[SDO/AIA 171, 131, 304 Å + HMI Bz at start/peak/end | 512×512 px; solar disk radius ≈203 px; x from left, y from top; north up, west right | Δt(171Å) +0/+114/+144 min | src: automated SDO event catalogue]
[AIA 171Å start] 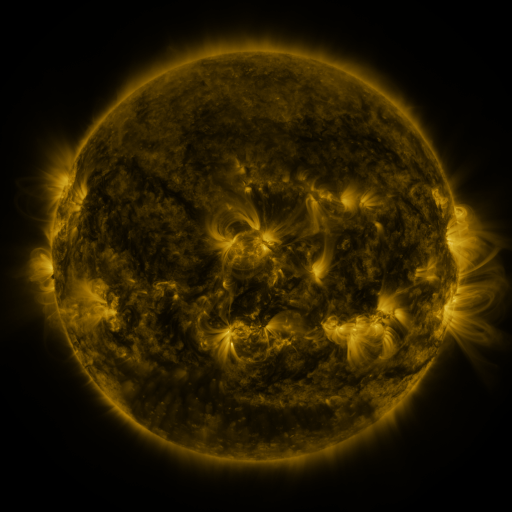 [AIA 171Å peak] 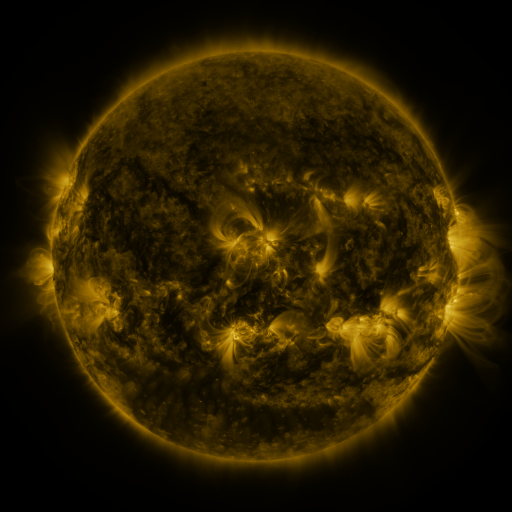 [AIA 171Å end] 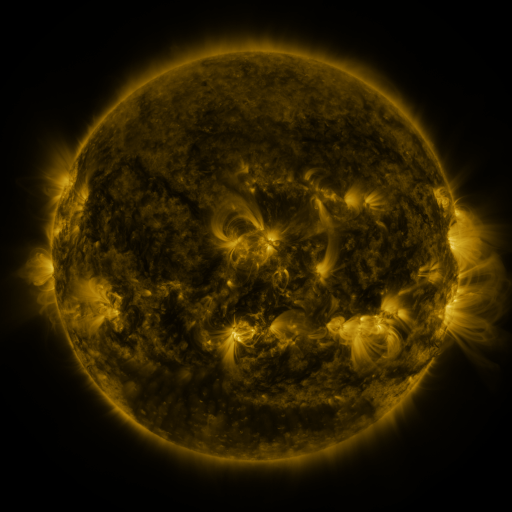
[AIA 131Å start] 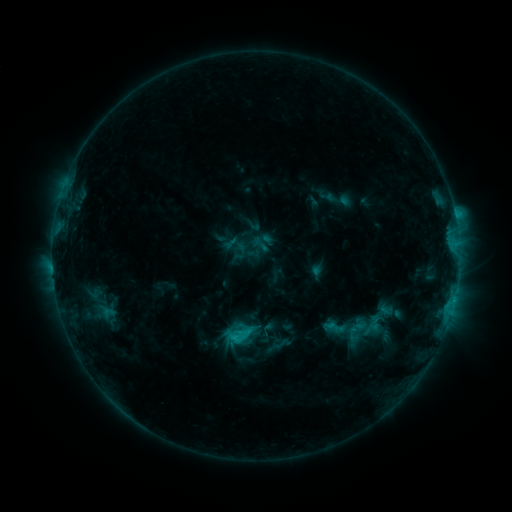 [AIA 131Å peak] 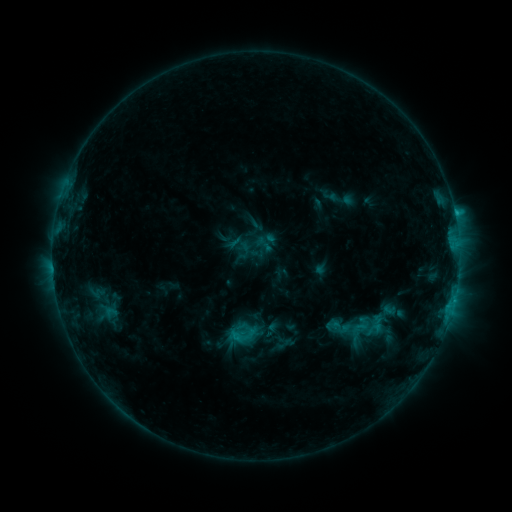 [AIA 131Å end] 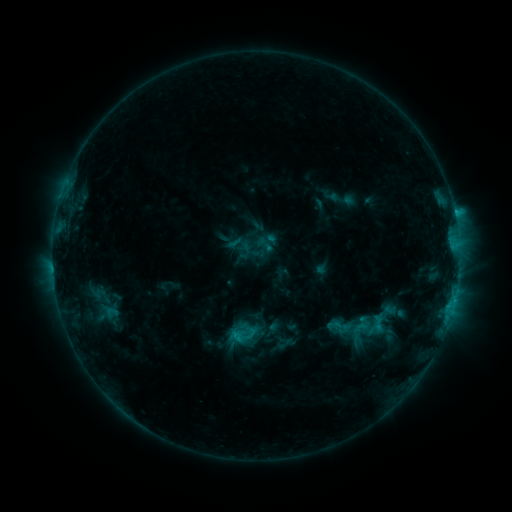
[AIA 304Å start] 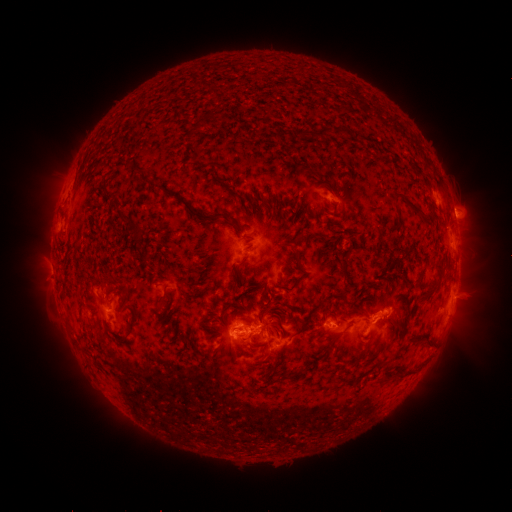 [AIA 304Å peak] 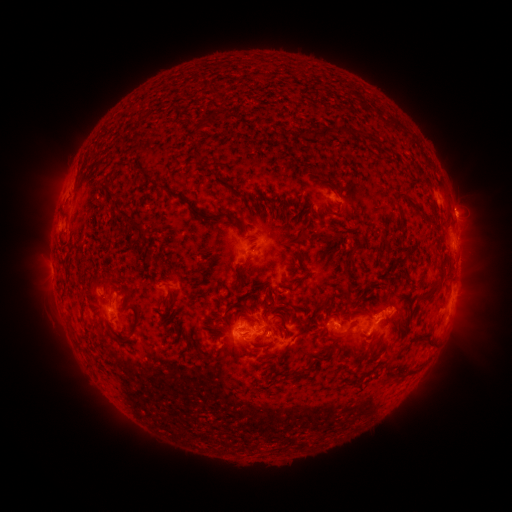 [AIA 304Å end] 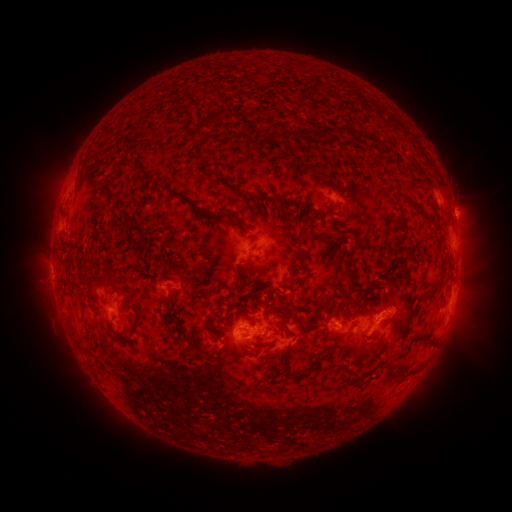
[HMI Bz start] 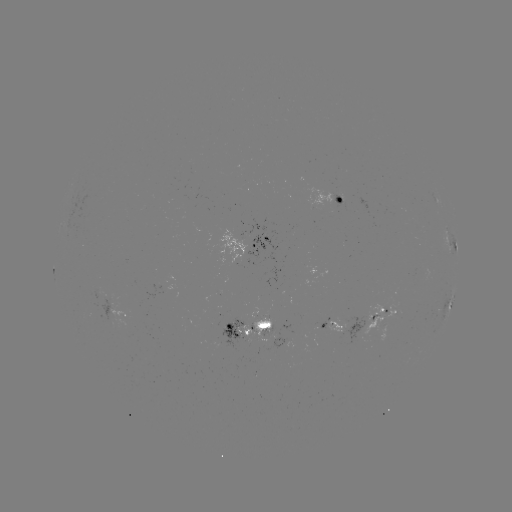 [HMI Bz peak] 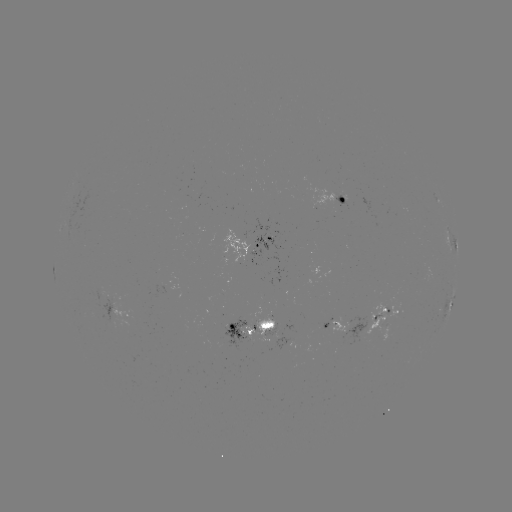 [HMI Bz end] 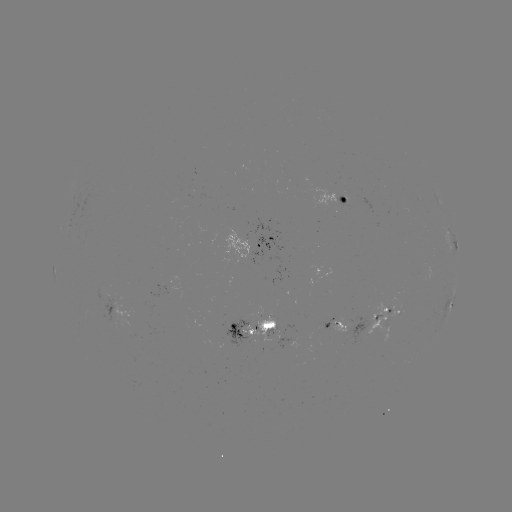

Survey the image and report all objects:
emerging-flux region: (256, 318)
